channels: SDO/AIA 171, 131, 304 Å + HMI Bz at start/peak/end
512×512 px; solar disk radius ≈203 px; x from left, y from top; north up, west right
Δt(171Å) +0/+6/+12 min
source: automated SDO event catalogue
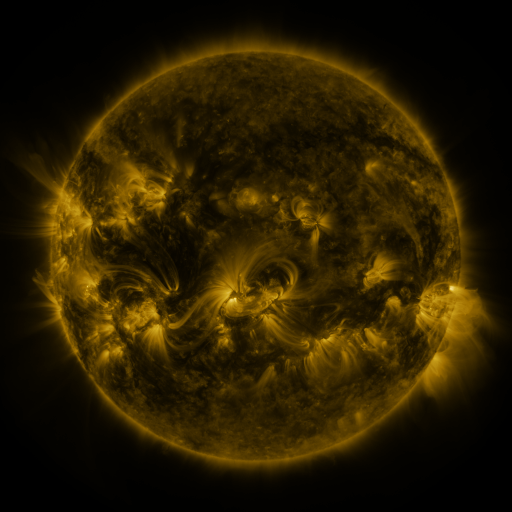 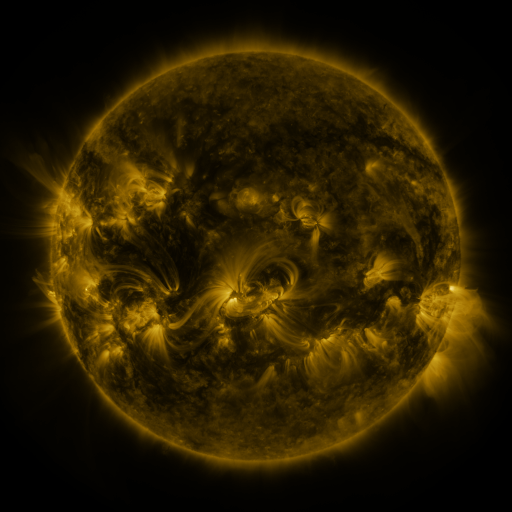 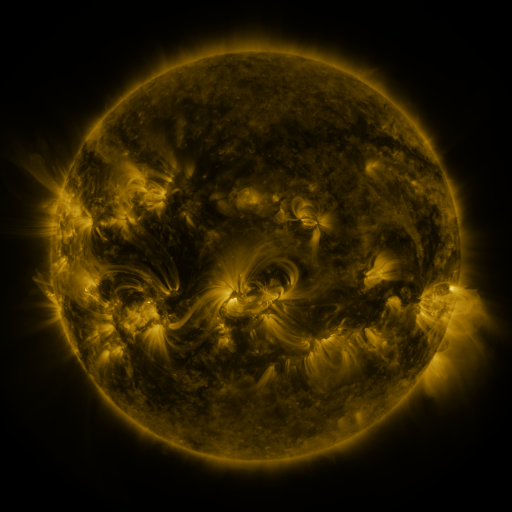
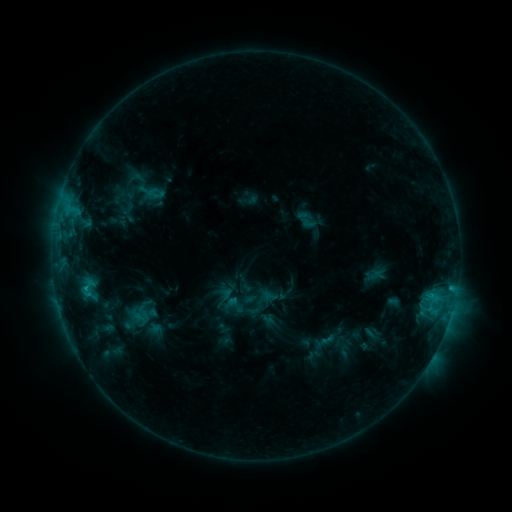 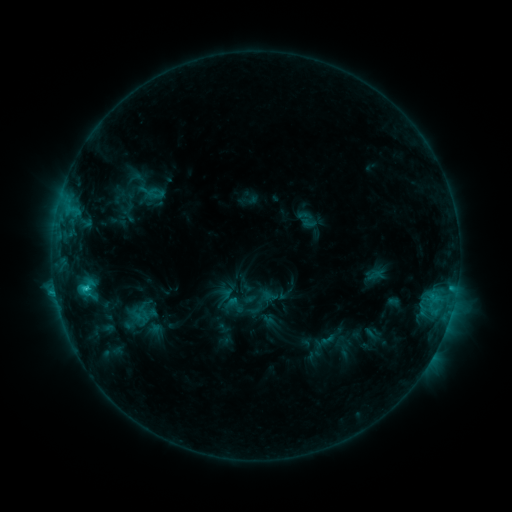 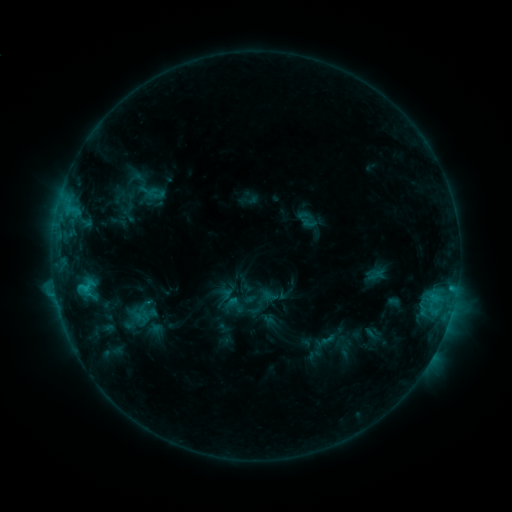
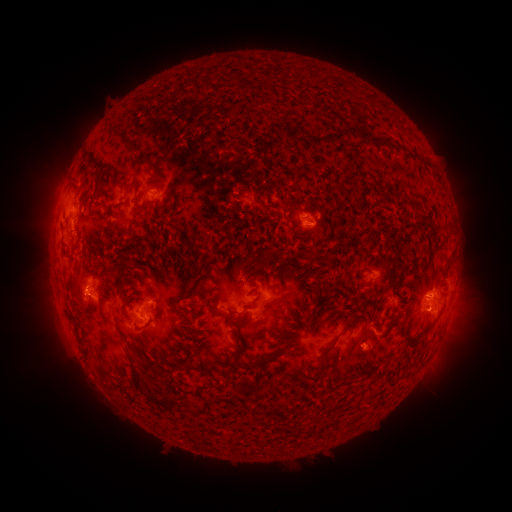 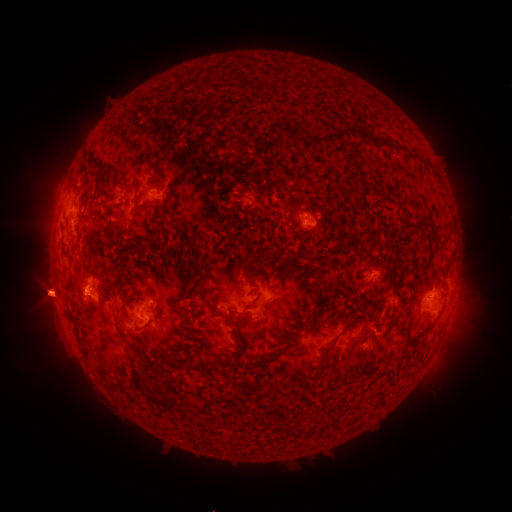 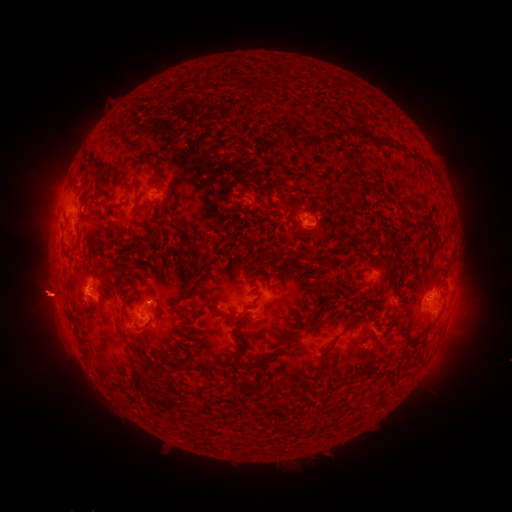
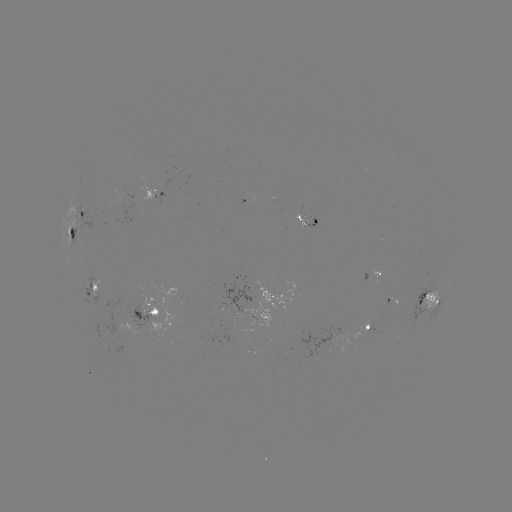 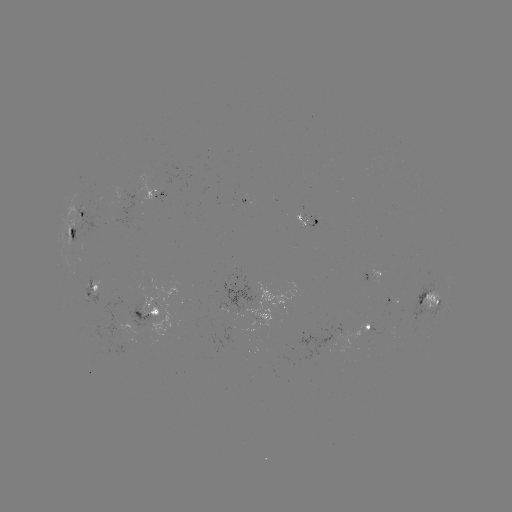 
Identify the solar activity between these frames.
C1.7 flare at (87, 287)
